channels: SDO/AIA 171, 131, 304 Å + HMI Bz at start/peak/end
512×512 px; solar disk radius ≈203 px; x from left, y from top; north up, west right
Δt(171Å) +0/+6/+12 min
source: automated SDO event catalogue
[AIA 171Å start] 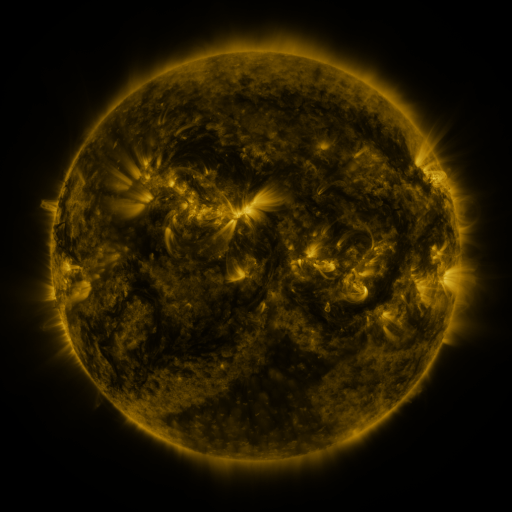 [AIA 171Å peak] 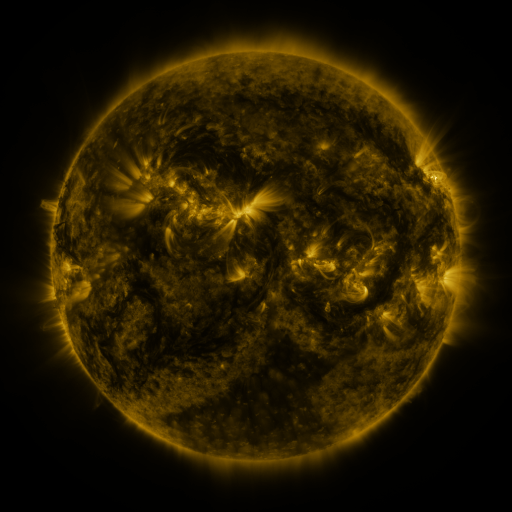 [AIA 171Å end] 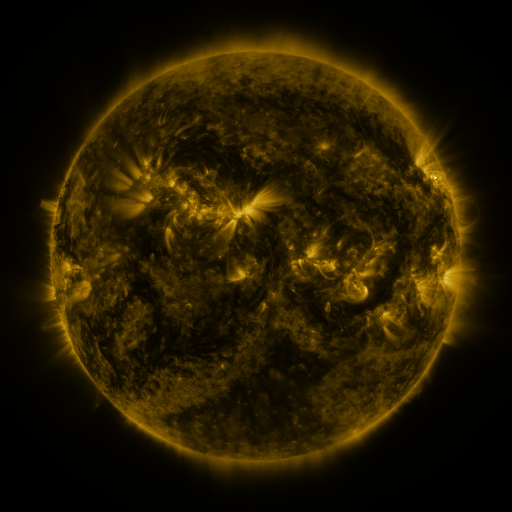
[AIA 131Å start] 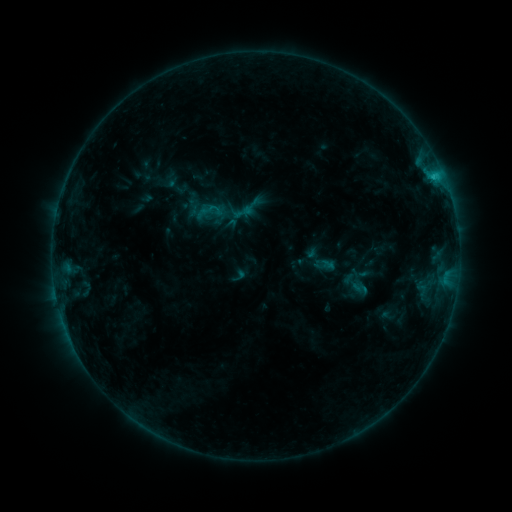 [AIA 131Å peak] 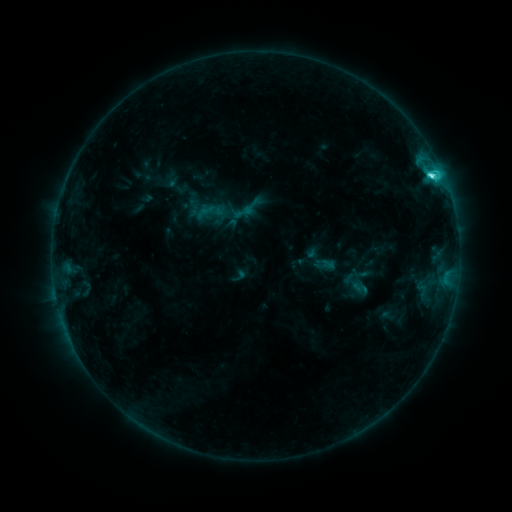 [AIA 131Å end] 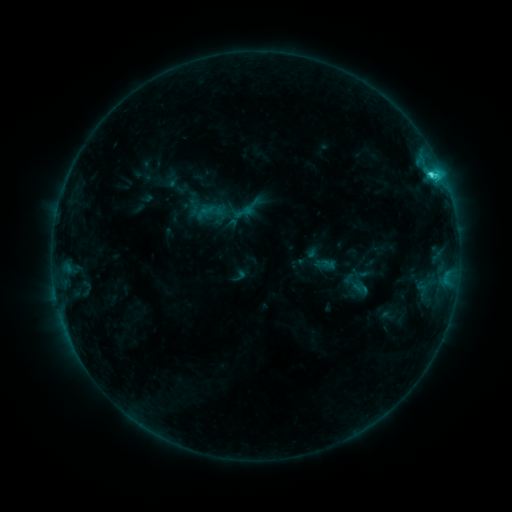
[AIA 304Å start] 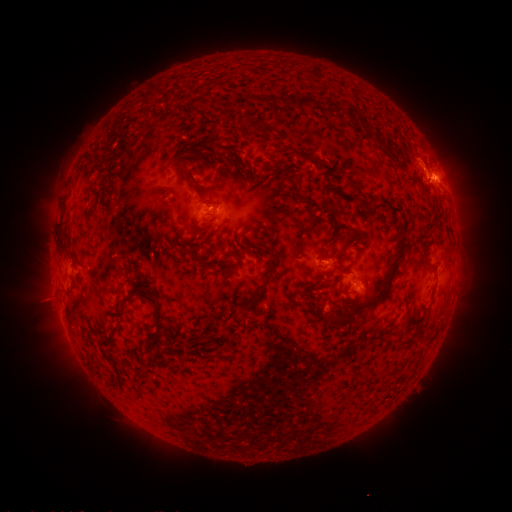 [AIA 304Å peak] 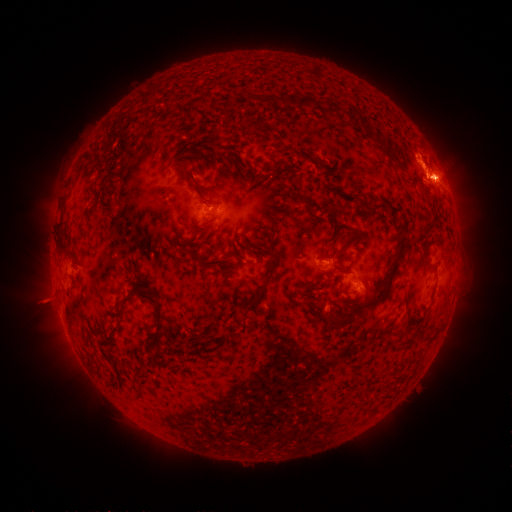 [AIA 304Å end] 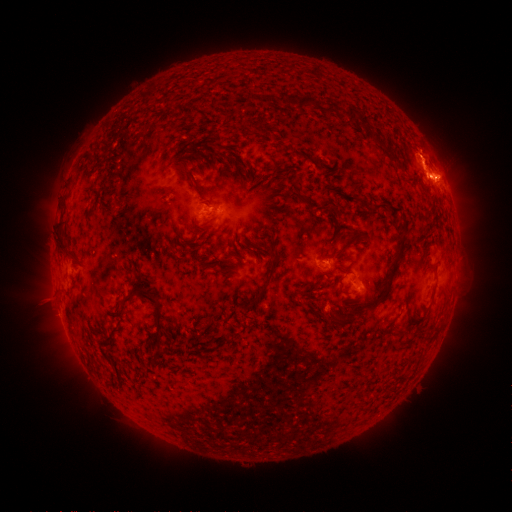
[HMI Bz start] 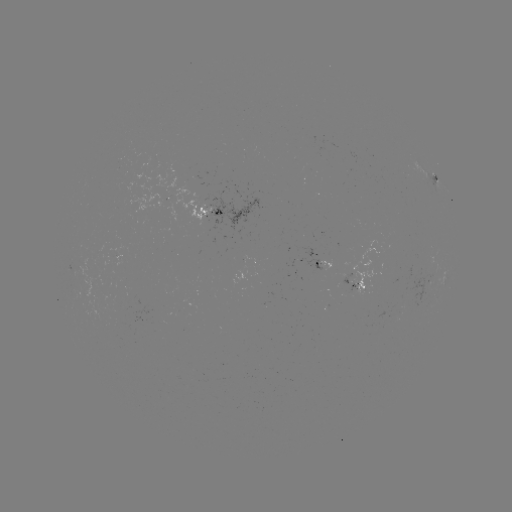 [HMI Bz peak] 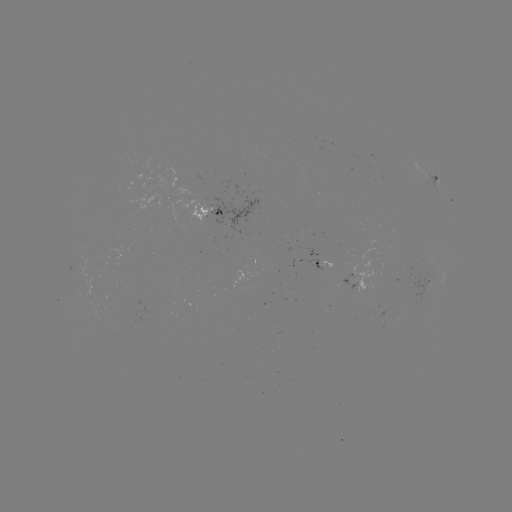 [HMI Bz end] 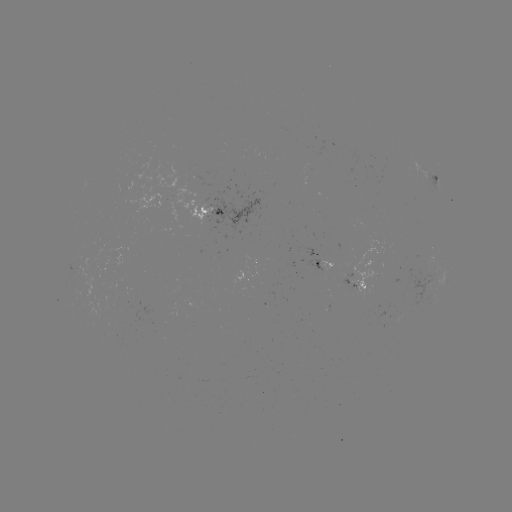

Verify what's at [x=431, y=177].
C3.7 flare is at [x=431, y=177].